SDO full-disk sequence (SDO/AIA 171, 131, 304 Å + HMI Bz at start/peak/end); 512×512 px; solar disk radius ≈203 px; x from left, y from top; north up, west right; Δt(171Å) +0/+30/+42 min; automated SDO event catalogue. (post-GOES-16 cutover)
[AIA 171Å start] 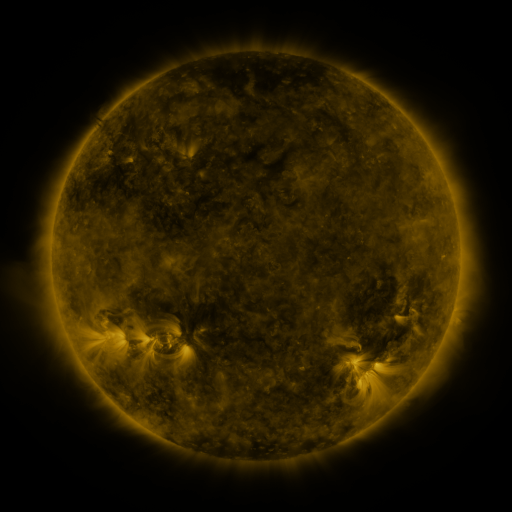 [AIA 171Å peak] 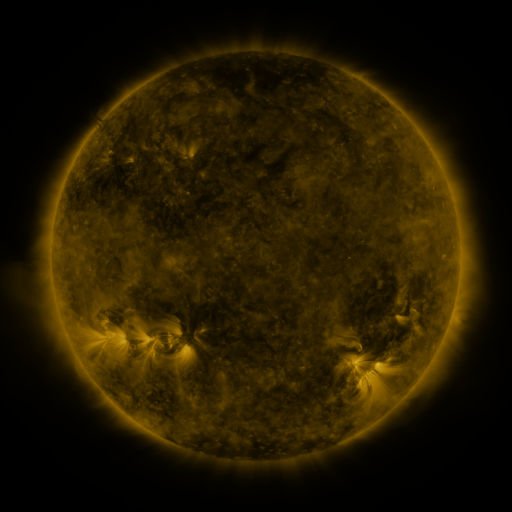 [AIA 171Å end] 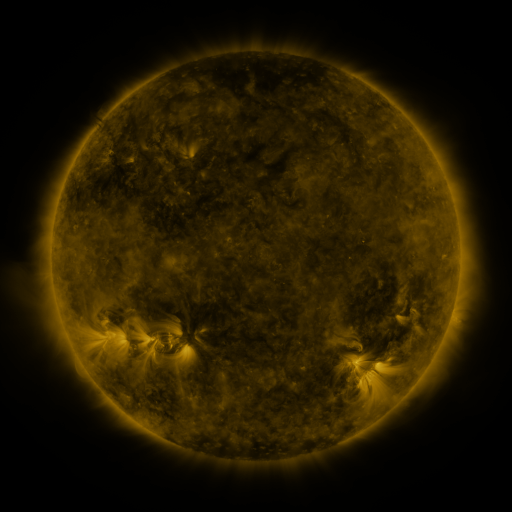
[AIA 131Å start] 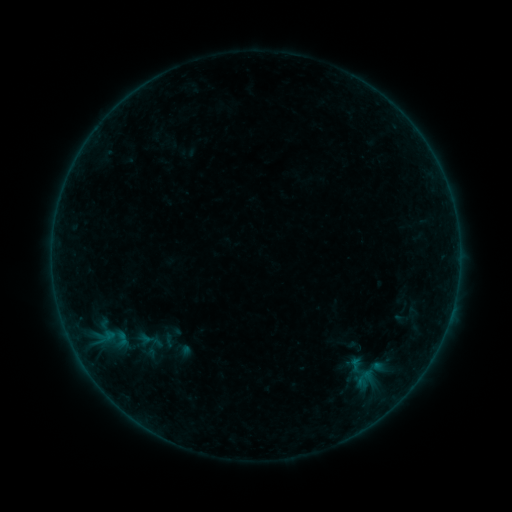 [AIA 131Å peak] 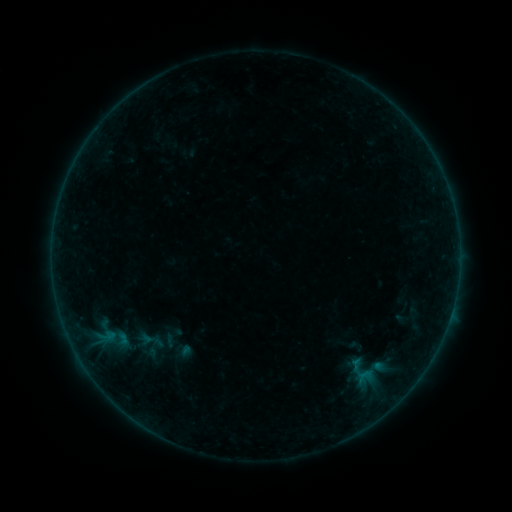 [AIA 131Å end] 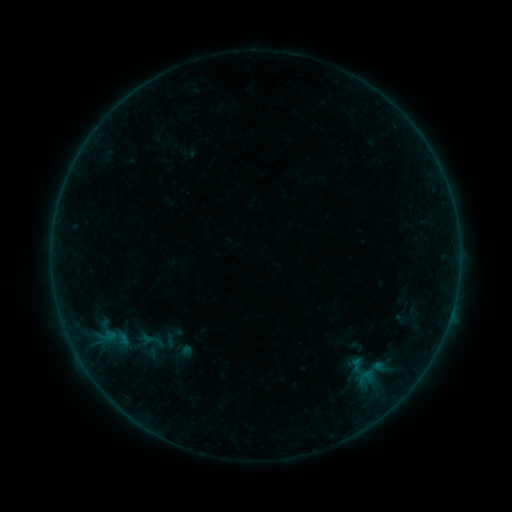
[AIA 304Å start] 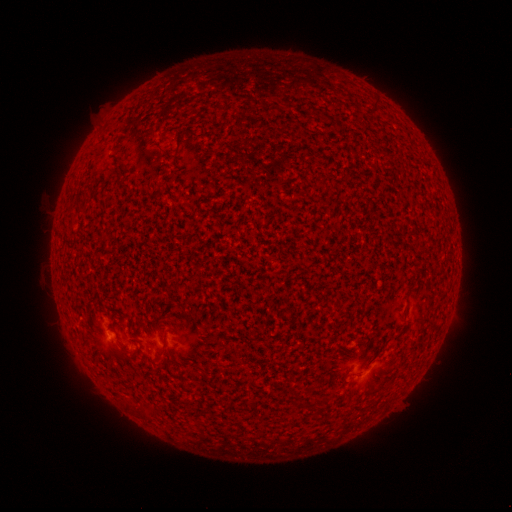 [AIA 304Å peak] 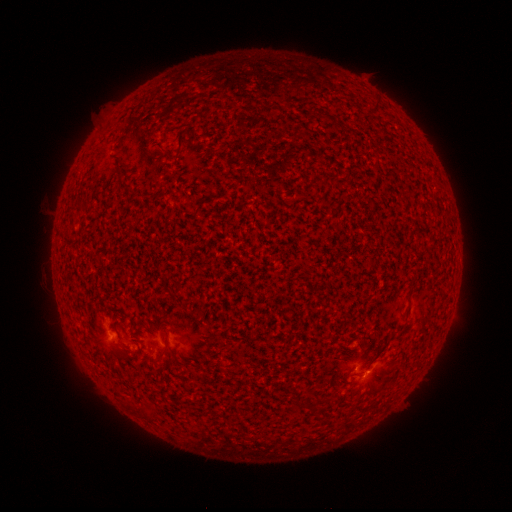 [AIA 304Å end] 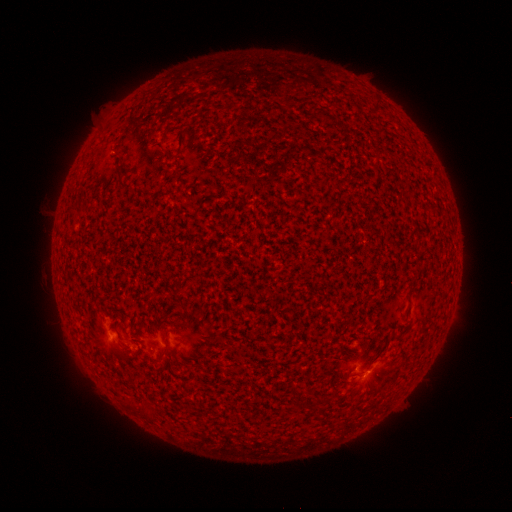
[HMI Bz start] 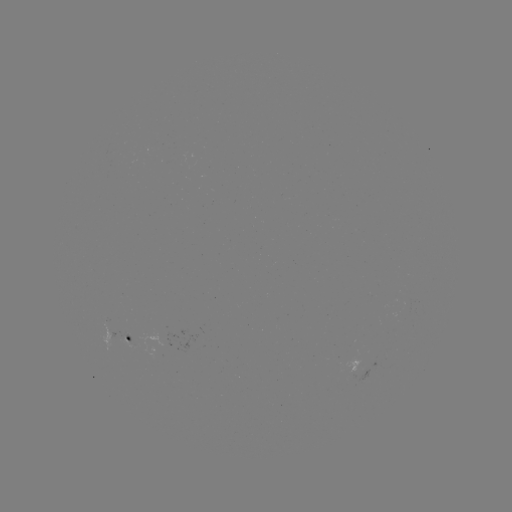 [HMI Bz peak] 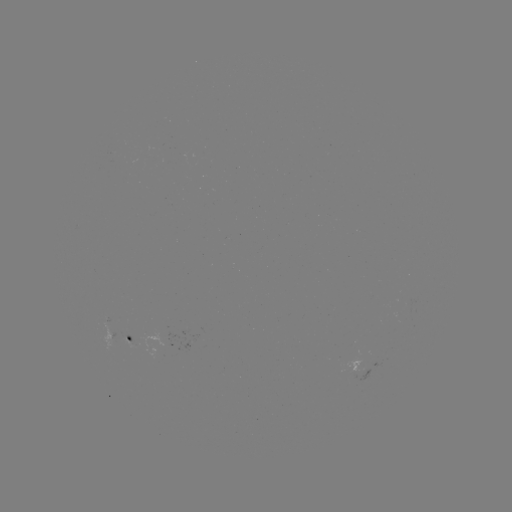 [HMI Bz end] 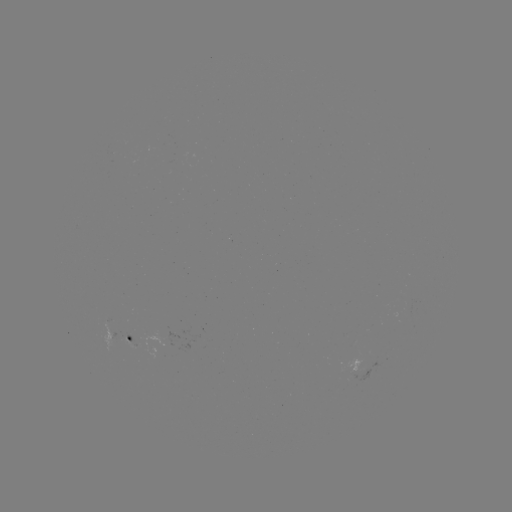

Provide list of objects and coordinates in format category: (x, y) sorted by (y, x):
B2.0 flare: (359, 375)
